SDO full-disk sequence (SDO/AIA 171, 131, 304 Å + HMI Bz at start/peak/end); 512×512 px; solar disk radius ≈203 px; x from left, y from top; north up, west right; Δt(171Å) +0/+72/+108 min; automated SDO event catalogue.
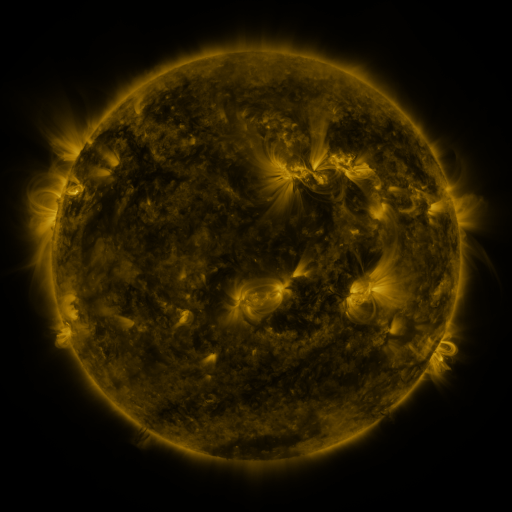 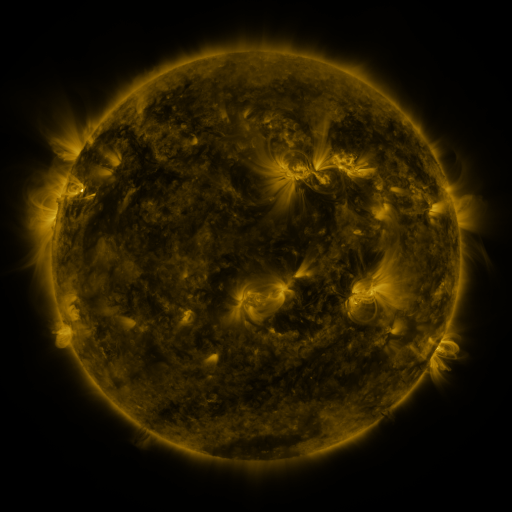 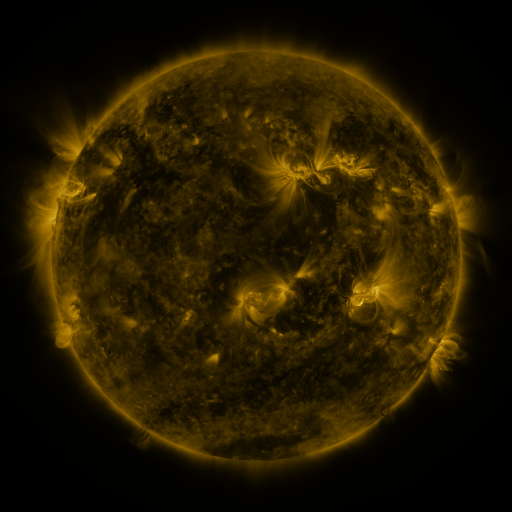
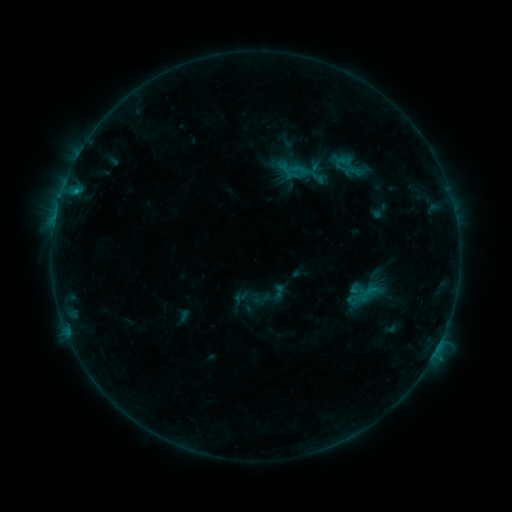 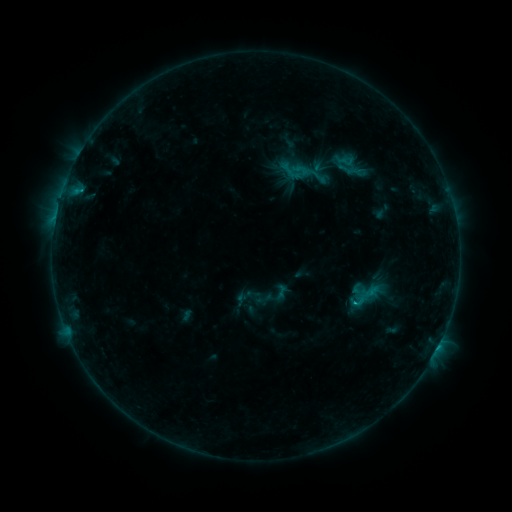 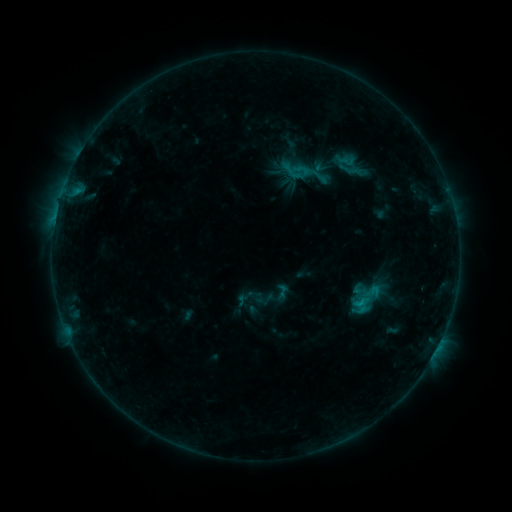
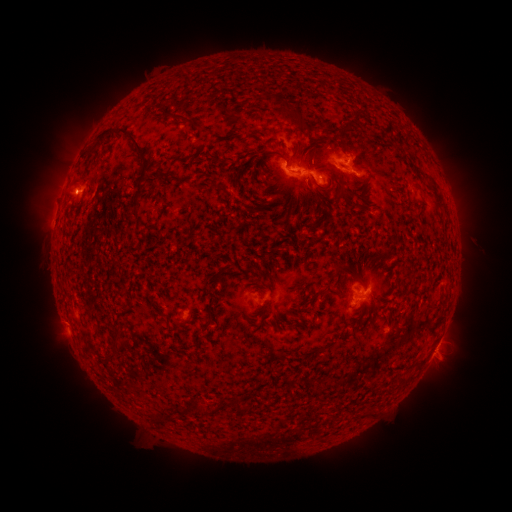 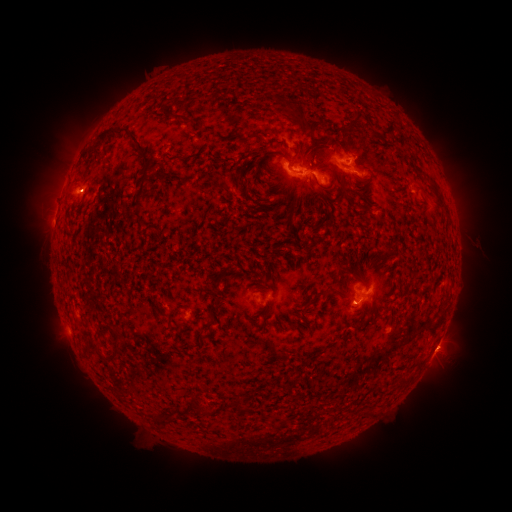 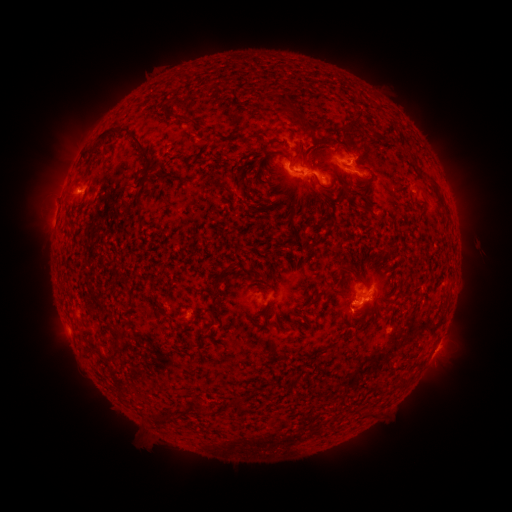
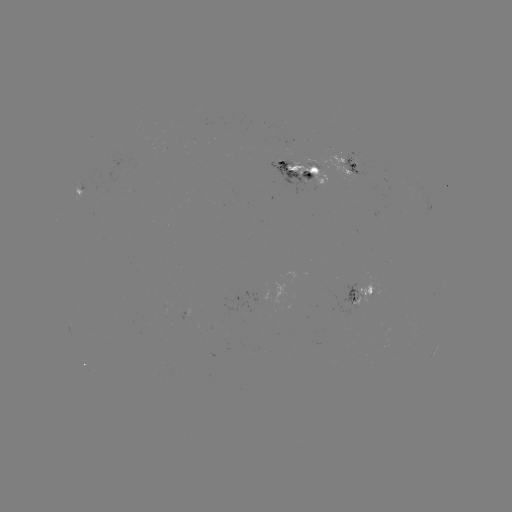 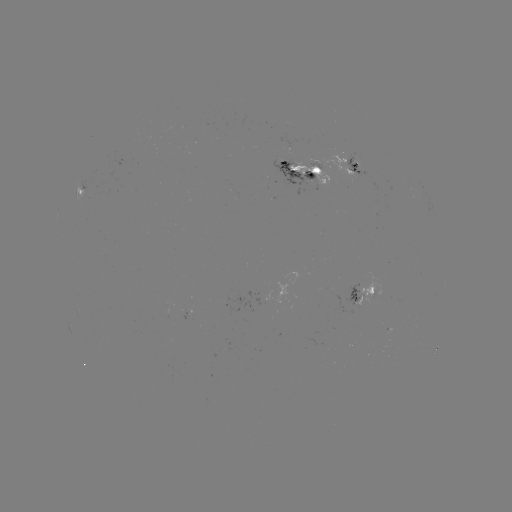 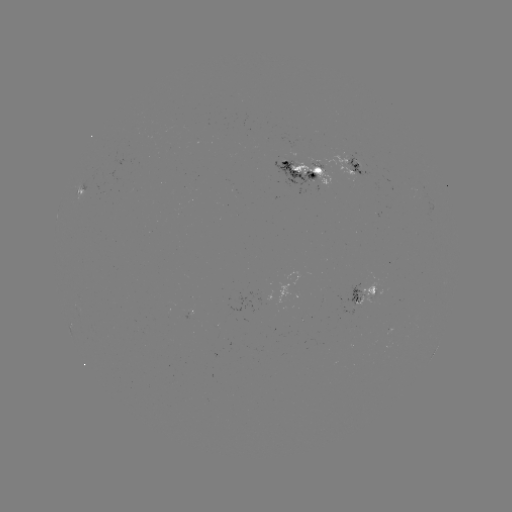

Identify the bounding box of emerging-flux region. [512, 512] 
[307, 159, 322, 169].